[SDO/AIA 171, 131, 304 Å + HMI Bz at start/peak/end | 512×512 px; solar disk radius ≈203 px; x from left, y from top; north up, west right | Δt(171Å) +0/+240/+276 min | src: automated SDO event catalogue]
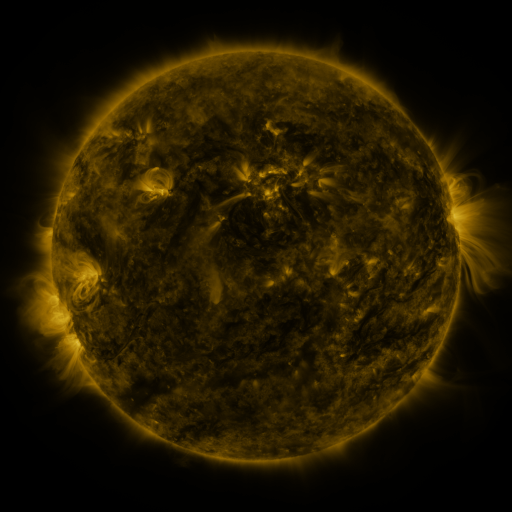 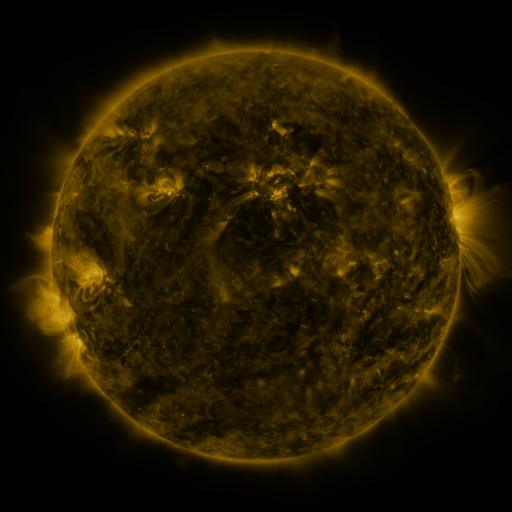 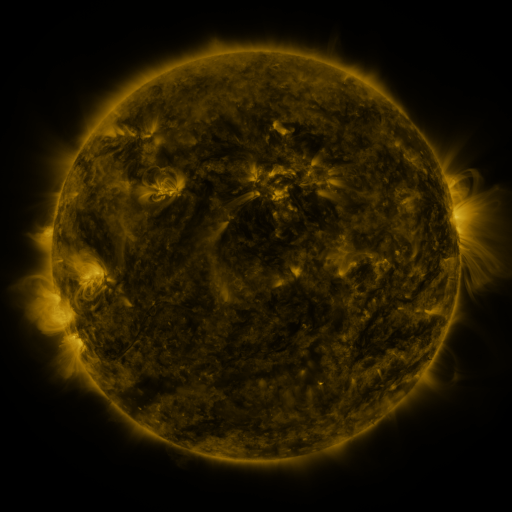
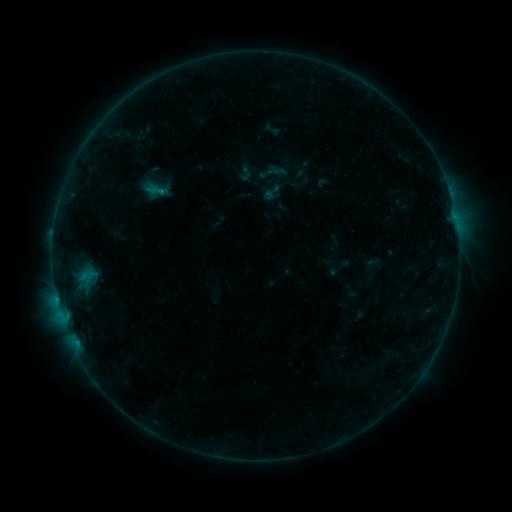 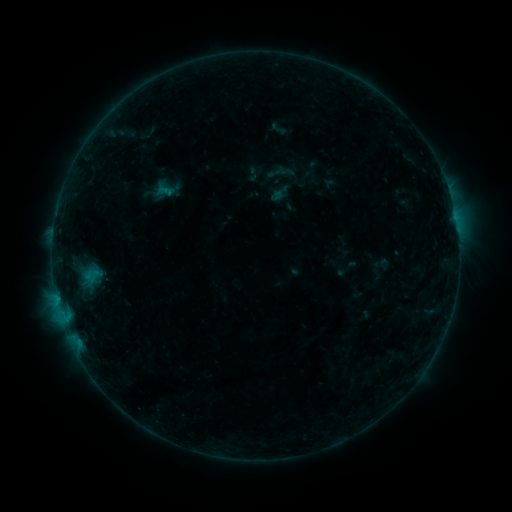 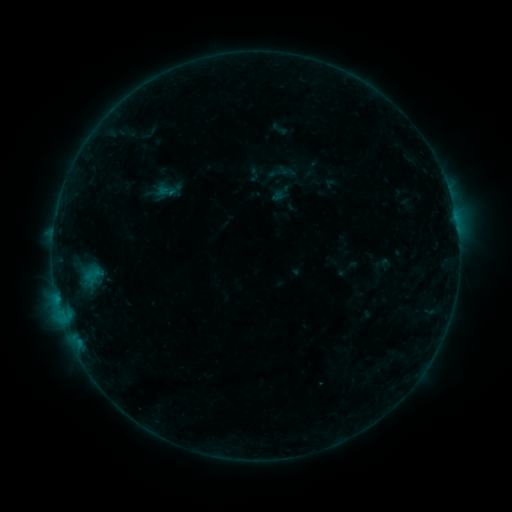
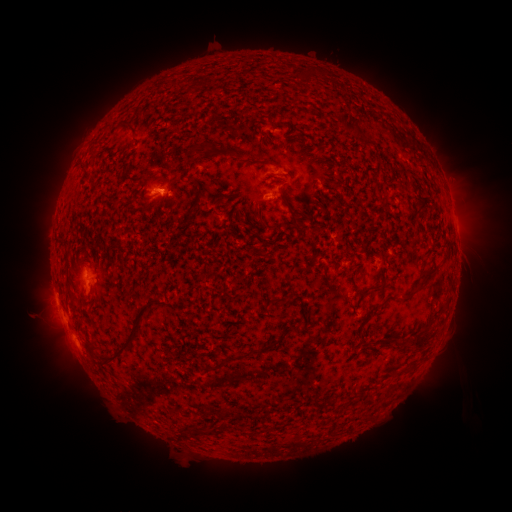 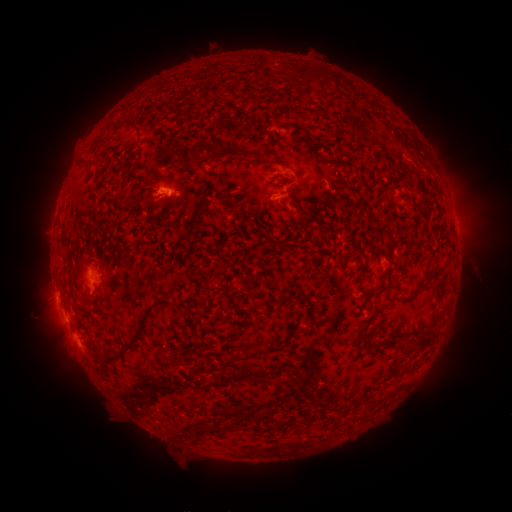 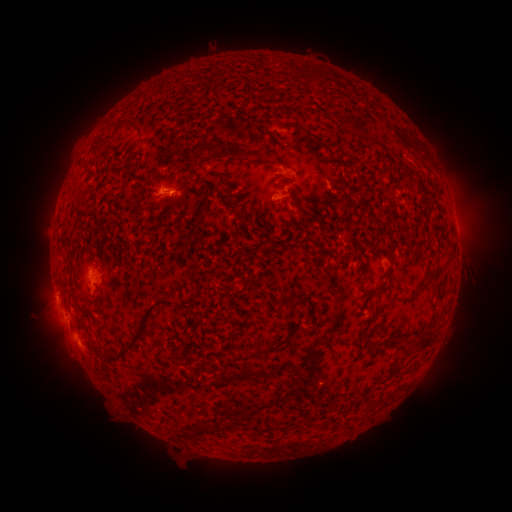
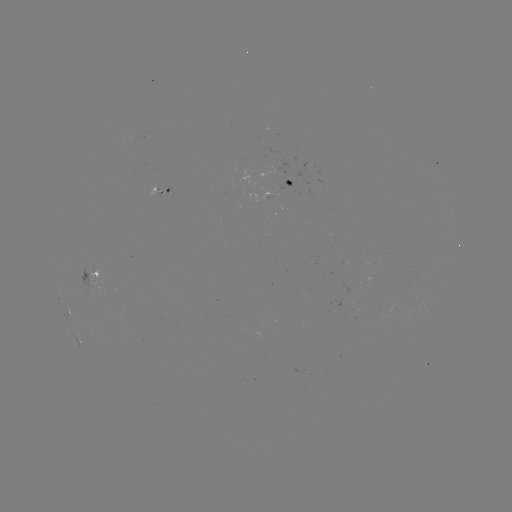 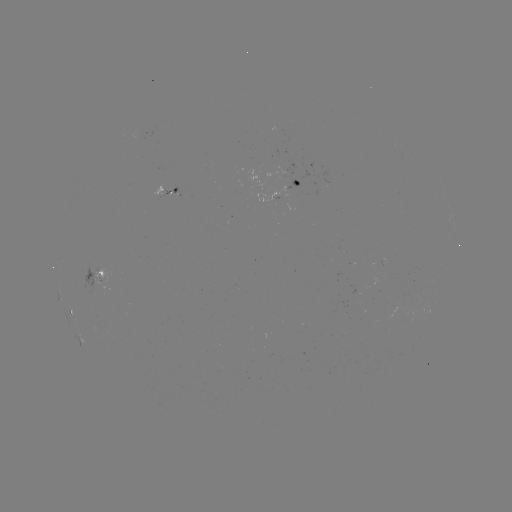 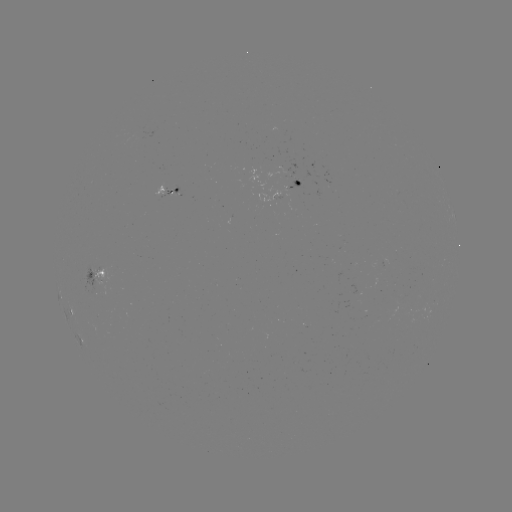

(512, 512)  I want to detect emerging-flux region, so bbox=[153, 184, 164, 198].